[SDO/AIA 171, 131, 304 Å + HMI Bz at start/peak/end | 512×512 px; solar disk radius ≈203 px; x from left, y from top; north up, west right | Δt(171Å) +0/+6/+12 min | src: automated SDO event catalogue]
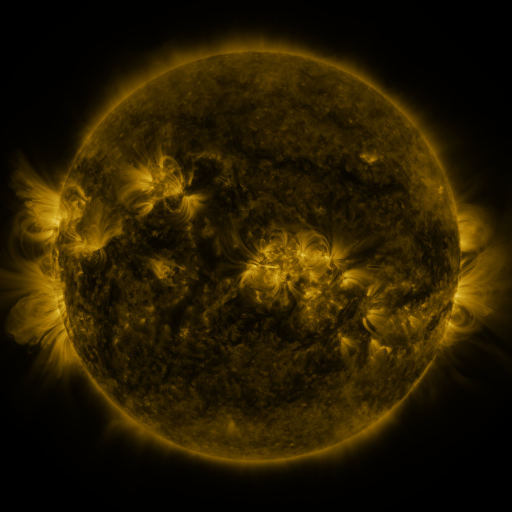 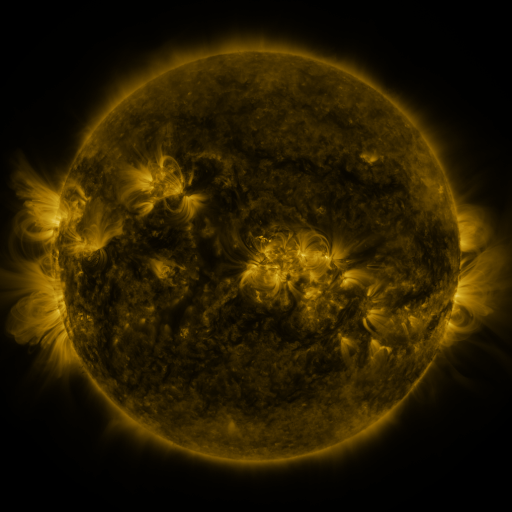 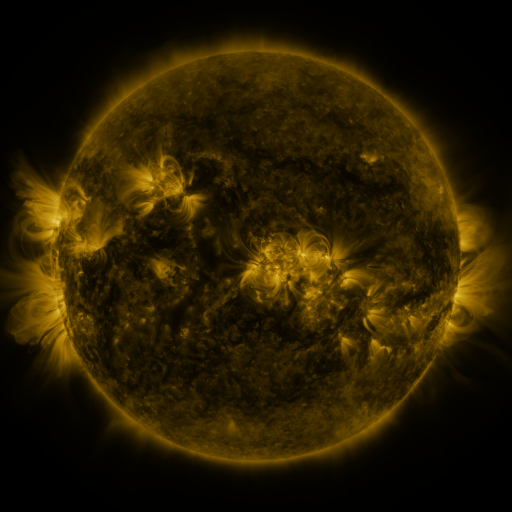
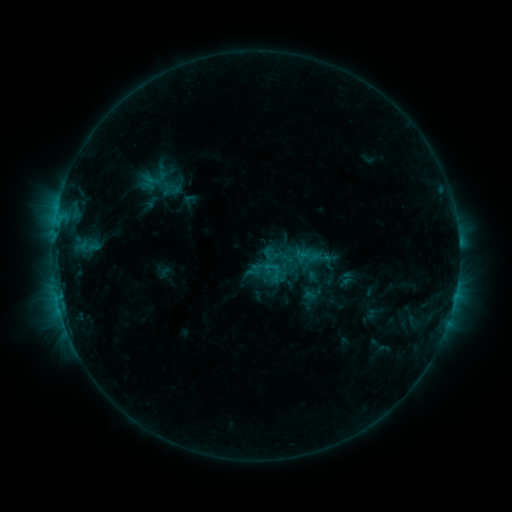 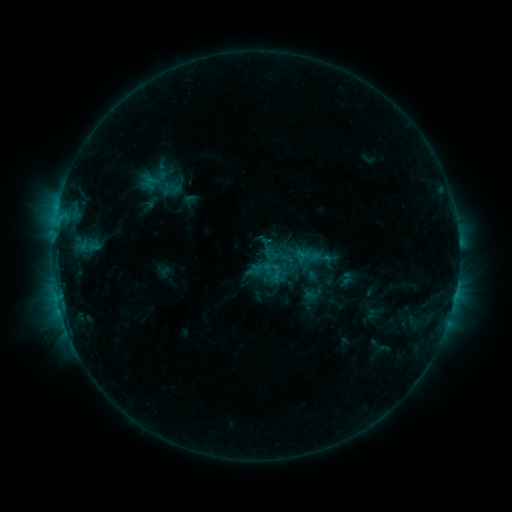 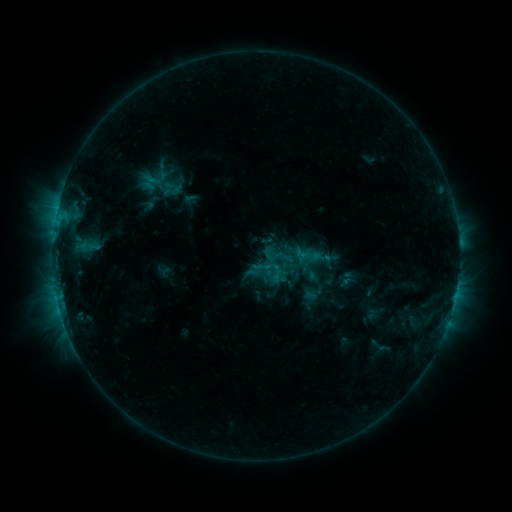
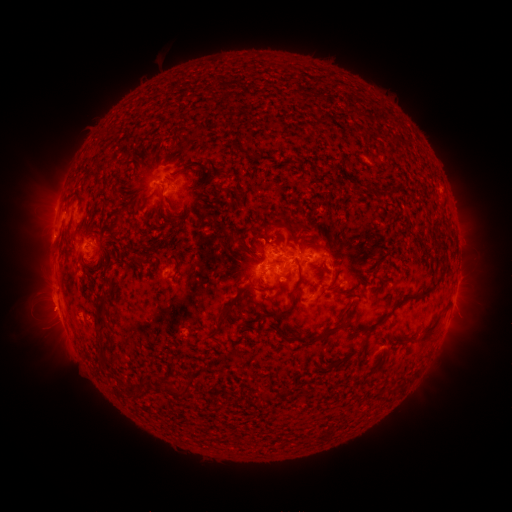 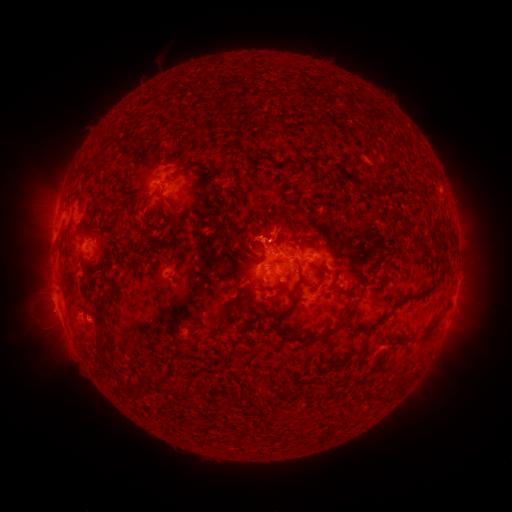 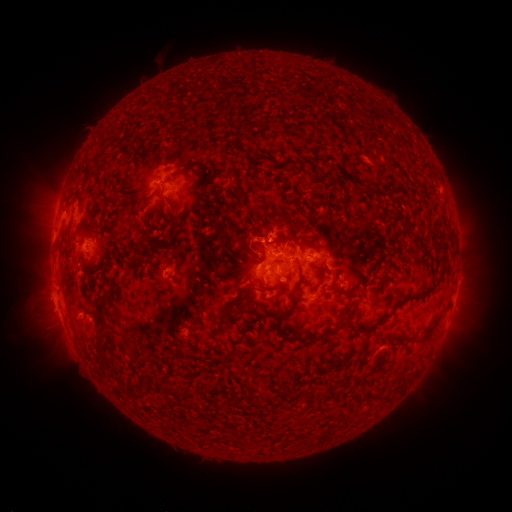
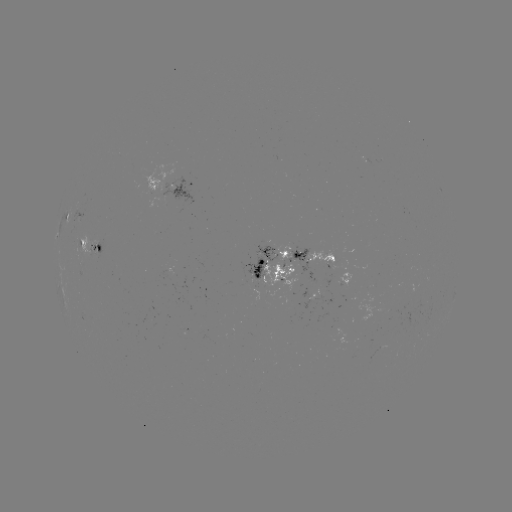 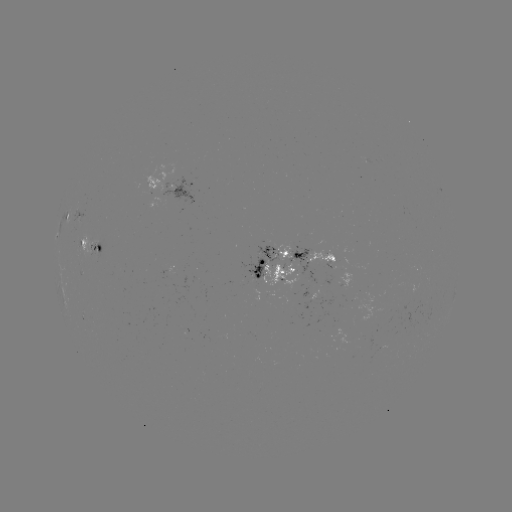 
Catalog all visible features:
eruption: (291, 224)
